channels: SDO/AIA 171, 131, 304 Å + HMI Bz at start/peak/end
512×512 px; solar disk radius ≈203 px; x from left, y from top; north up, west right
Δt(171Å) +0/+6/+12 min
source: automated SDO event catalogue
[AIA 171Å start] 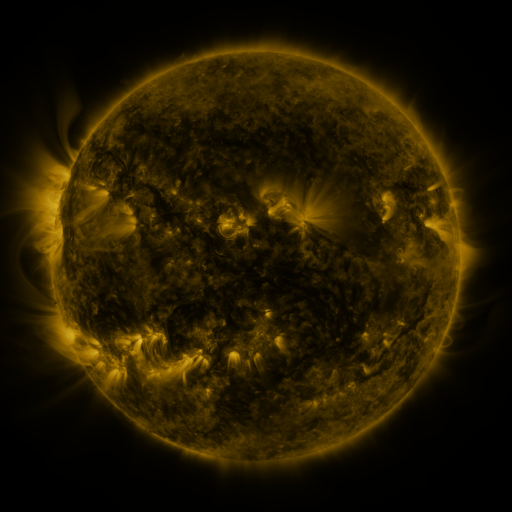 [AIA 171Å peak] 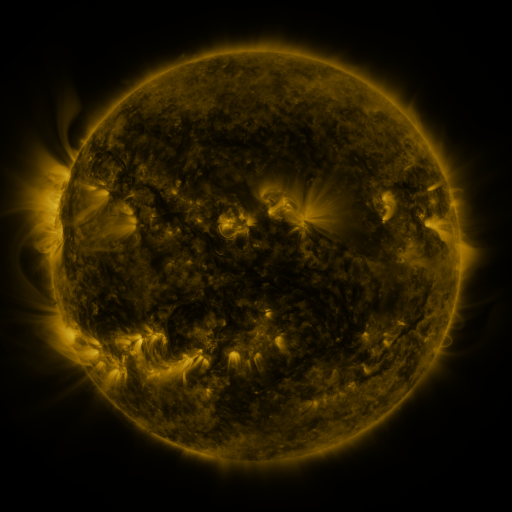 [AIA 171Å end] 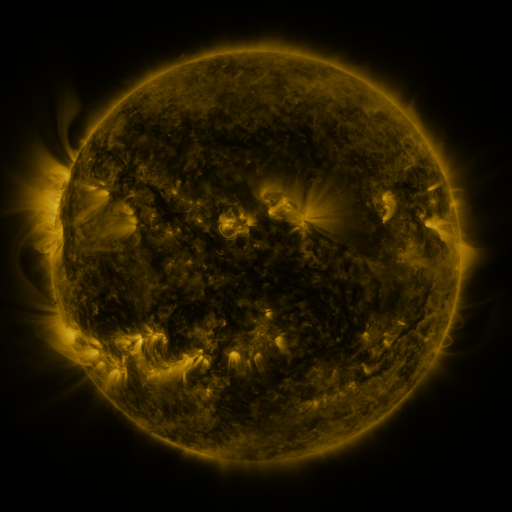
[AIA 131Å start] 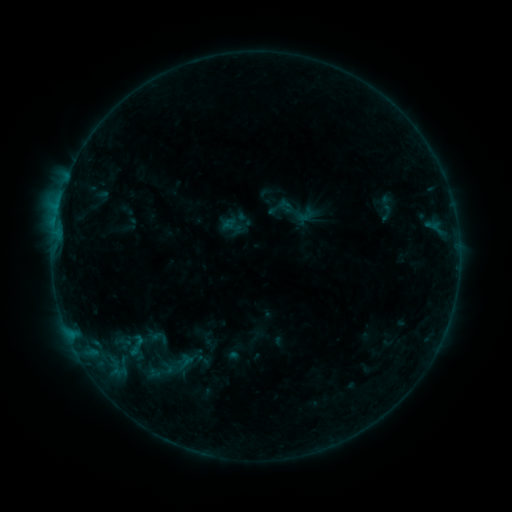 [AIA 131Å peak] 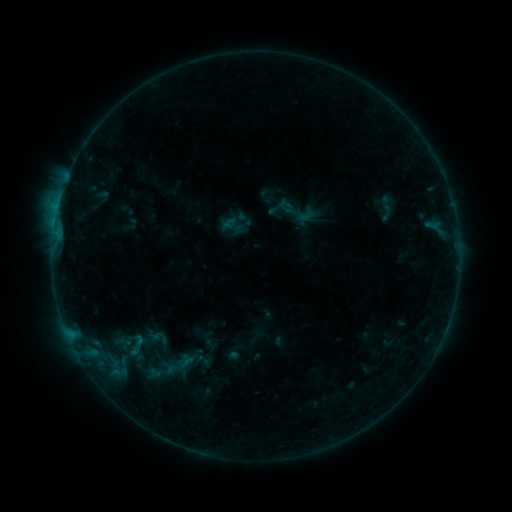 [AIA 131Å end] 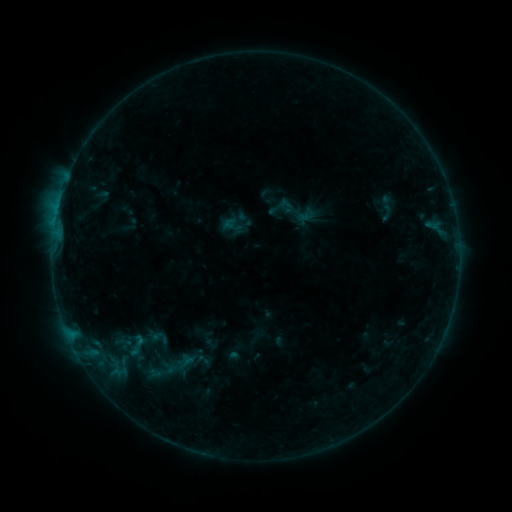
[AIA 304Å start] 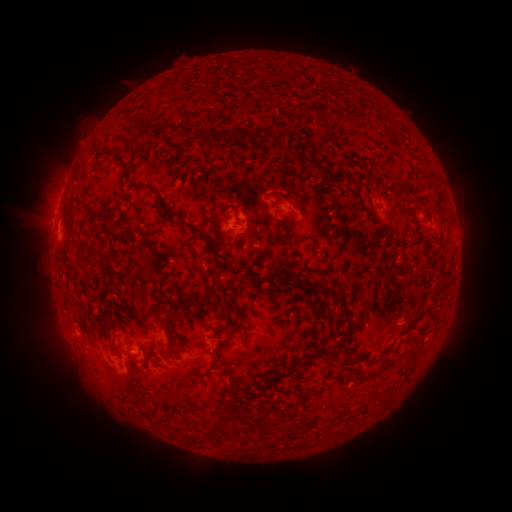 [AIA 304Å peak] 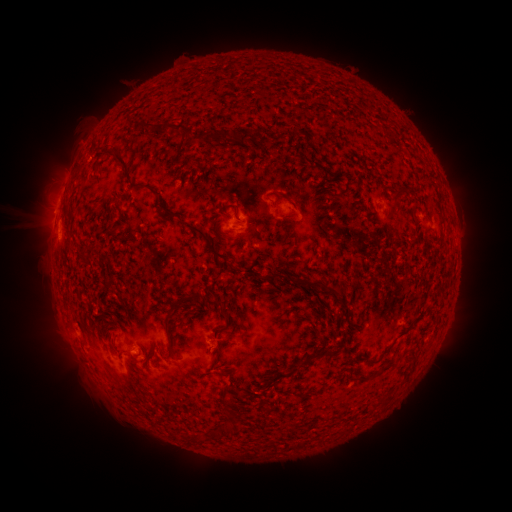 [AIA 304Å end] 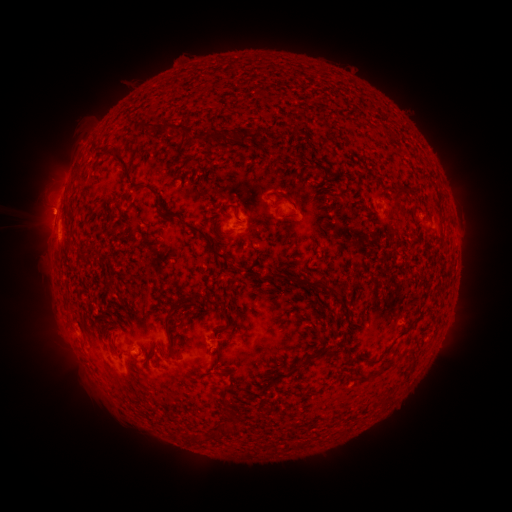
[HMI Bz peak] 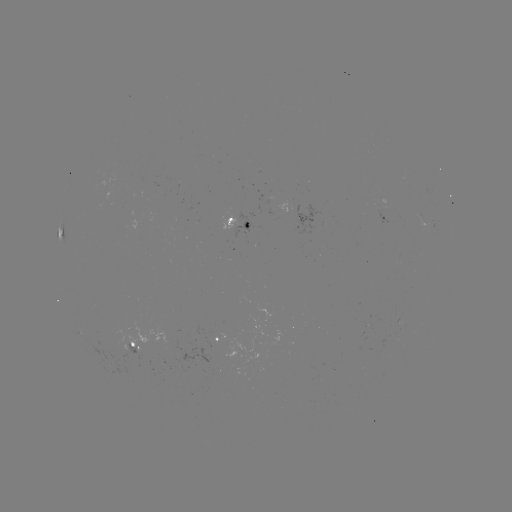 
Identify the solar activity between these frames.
no classed flare was catalogued and no EUV brightening was flagged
